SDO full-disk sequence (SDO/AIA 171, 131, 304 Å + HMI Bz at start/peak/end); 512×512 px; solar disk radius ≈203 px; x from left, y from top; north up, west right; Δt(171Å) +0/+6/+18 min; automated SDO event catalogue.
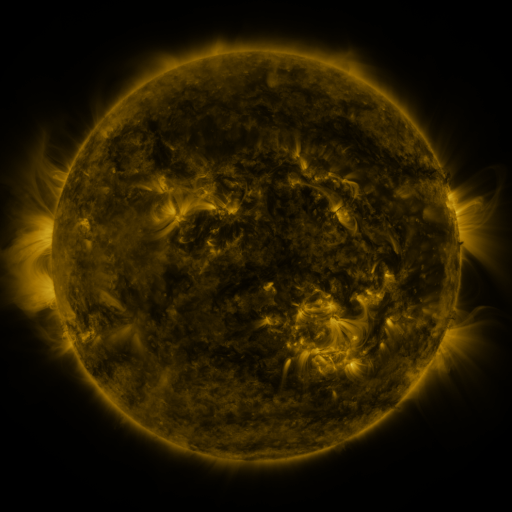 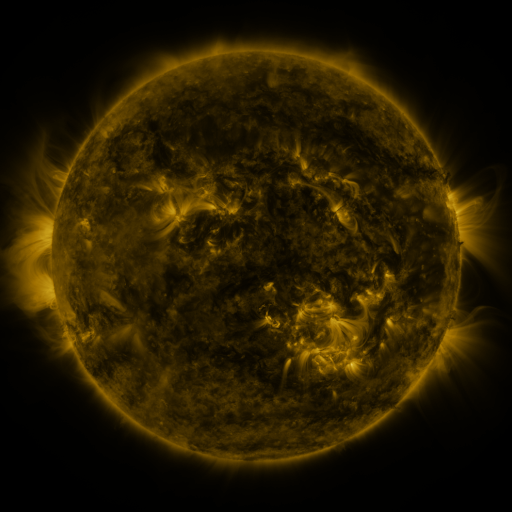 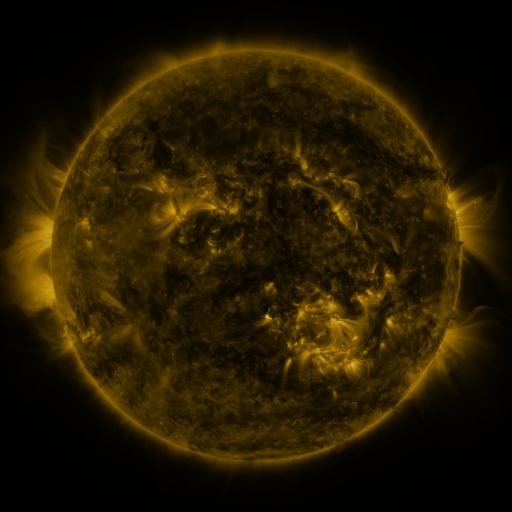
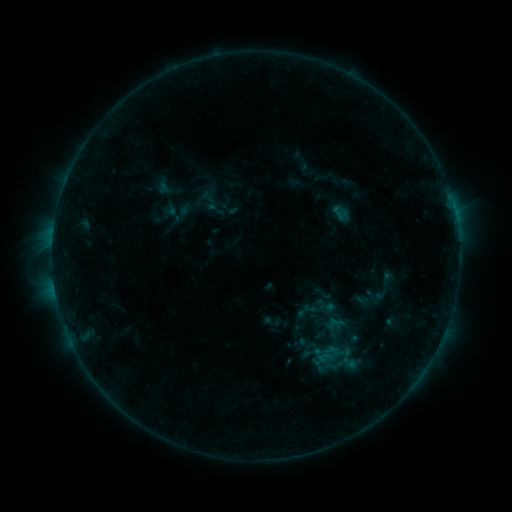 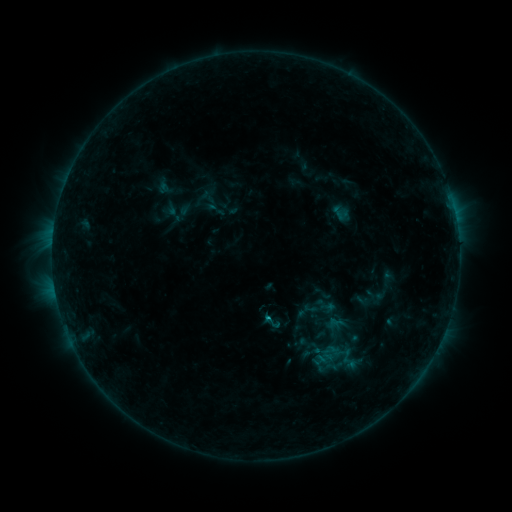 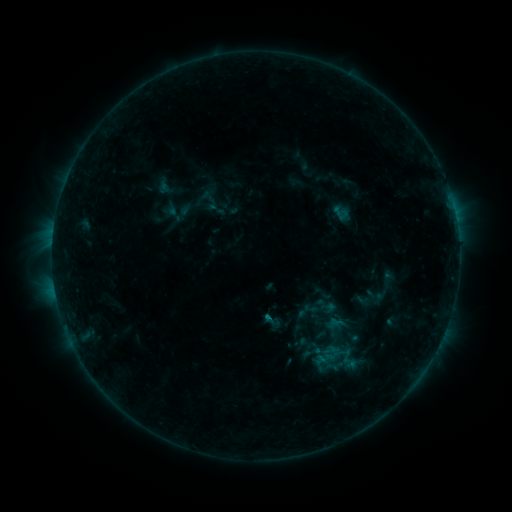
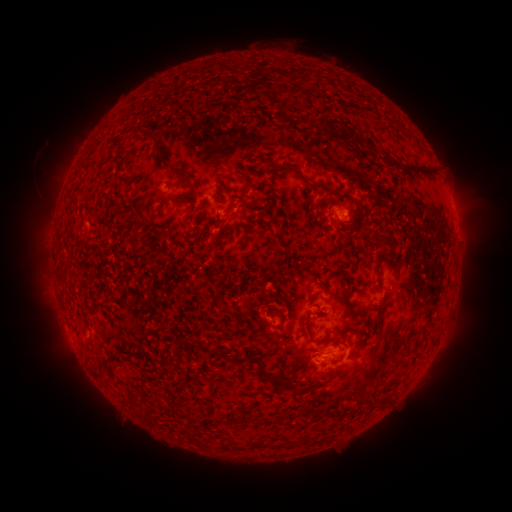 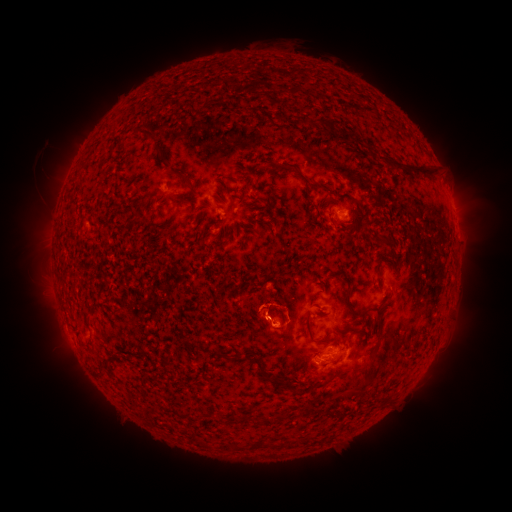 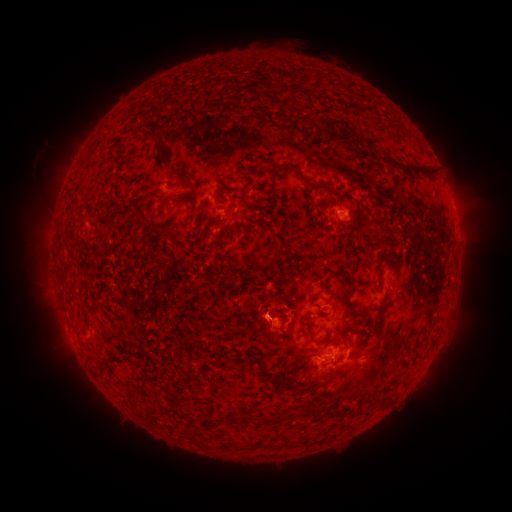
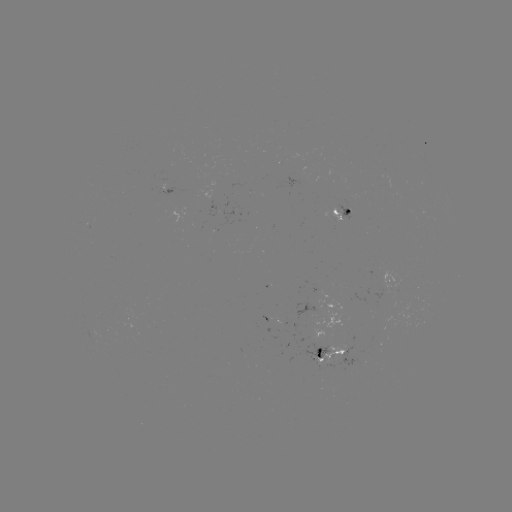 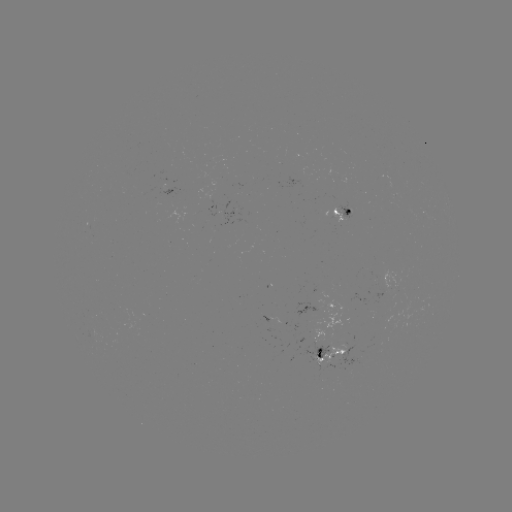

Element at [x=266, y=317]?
B5.1 flare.